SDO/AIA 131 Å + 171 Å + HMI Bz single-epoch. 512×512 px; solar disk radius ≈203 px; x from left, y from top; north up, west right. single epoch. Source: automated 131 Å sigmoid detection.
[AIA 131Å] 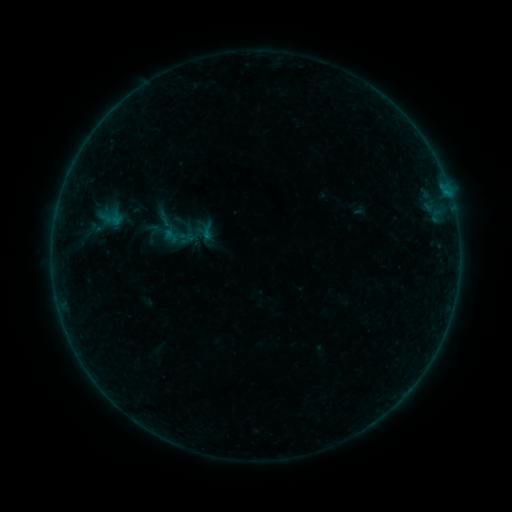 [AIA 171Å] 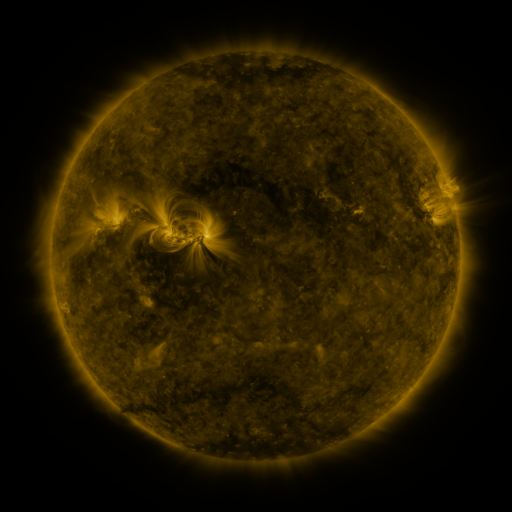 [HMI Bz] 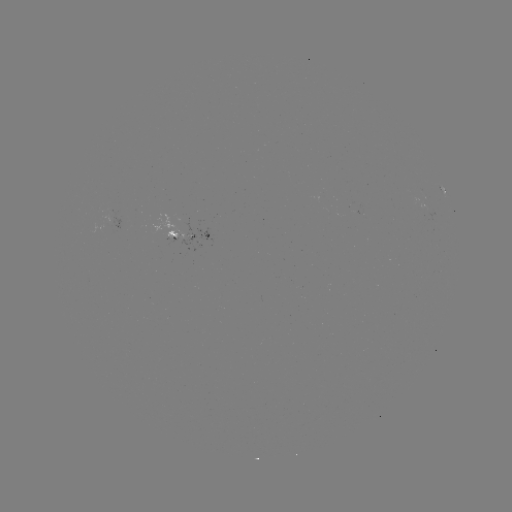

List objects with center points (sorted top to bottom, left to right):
sigmoid: (179, 235)
